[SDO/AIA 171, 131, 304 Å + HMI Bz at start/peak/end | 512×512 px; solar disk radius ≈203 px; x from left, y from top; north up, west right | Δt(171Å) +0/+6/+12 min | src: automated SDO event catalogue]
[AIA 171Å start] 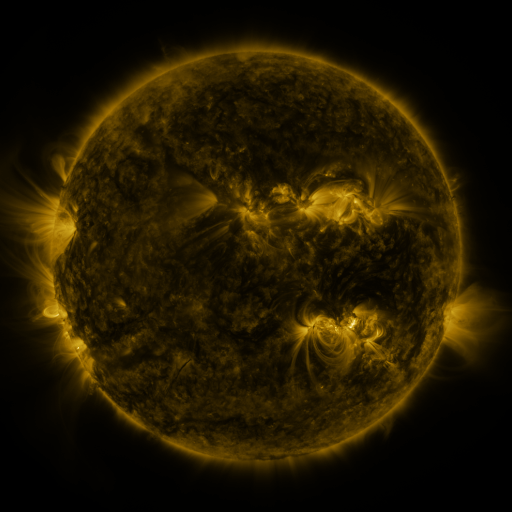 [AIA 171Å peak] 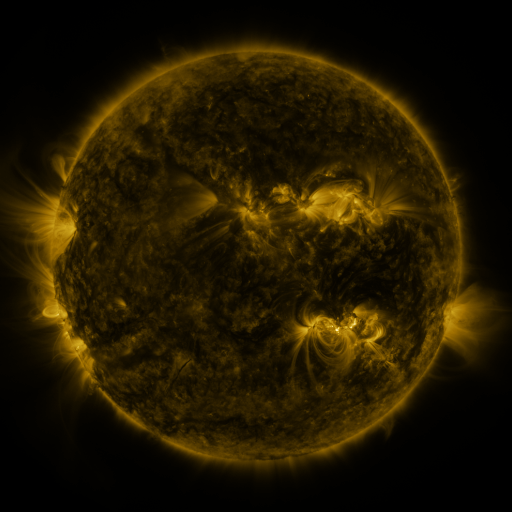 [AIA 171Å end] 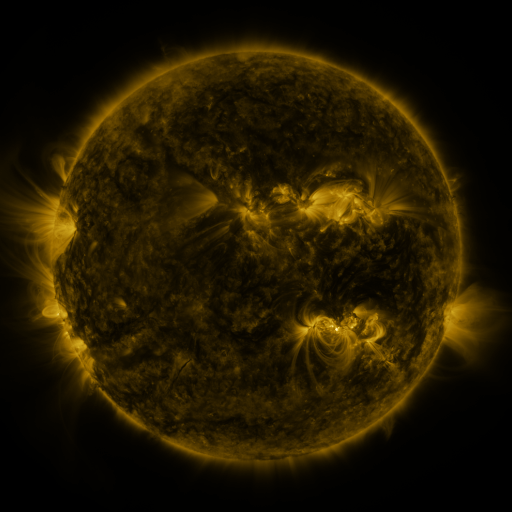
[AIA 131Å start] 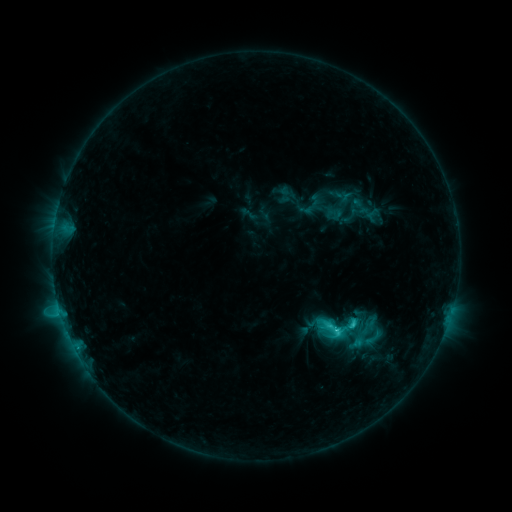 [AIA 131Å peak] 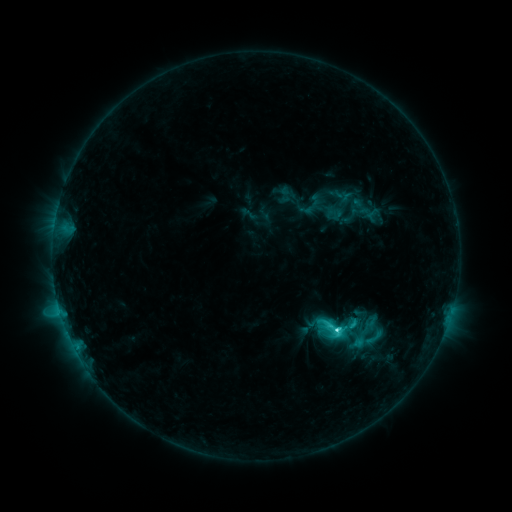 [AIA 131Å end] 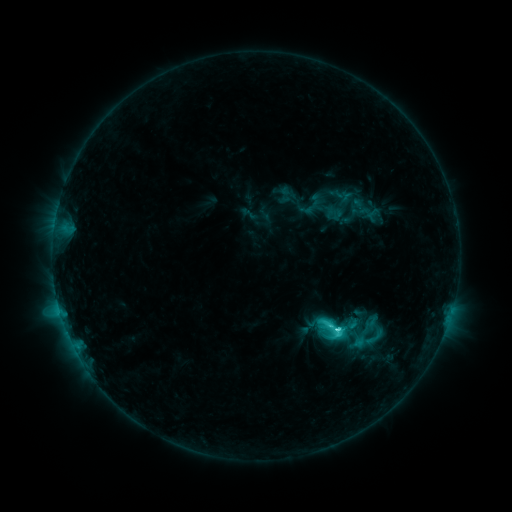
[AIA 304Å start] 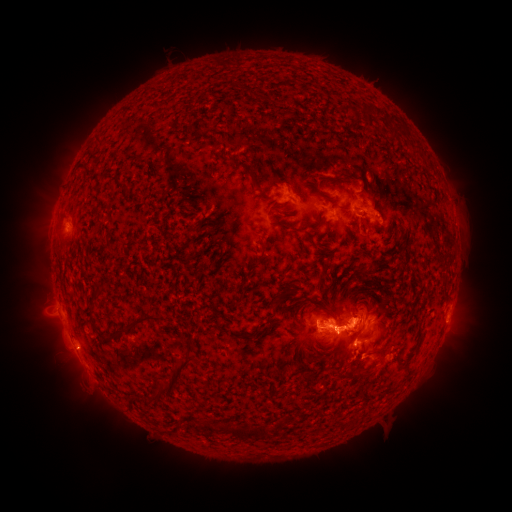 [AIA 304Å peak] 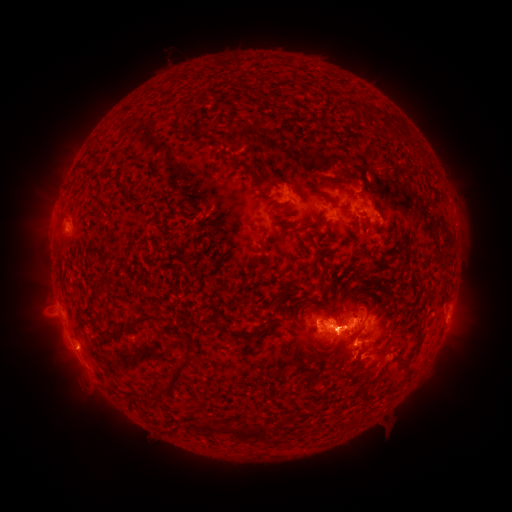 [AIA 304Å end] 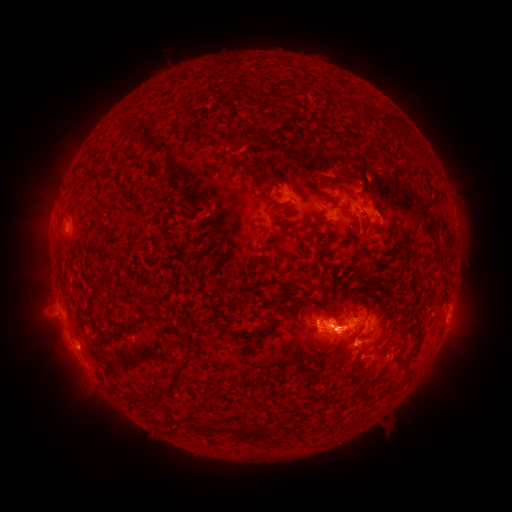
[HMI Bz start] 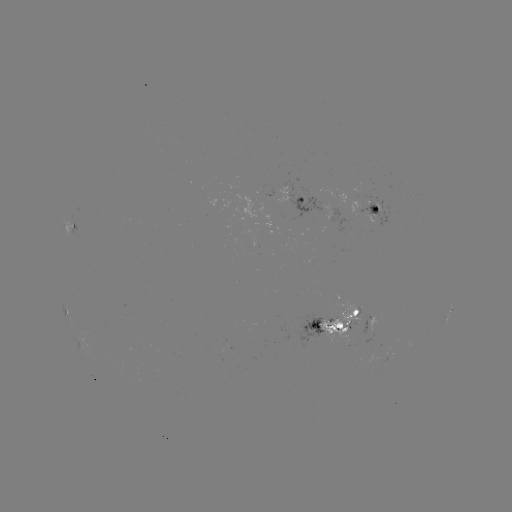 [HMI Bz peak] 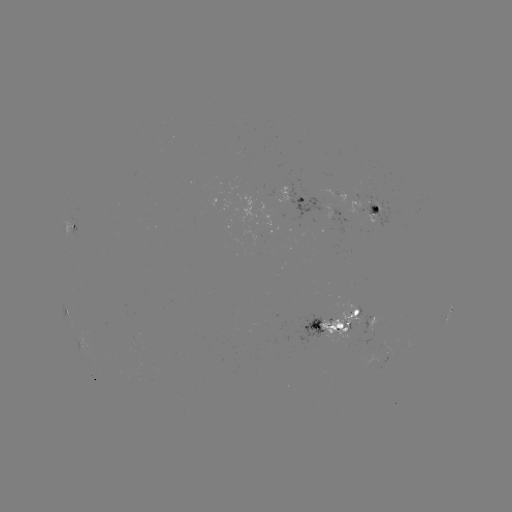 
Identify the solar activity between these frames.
C7.4 flare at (337, 329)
